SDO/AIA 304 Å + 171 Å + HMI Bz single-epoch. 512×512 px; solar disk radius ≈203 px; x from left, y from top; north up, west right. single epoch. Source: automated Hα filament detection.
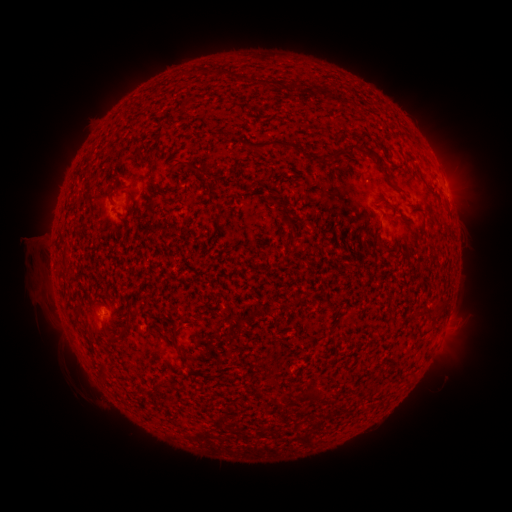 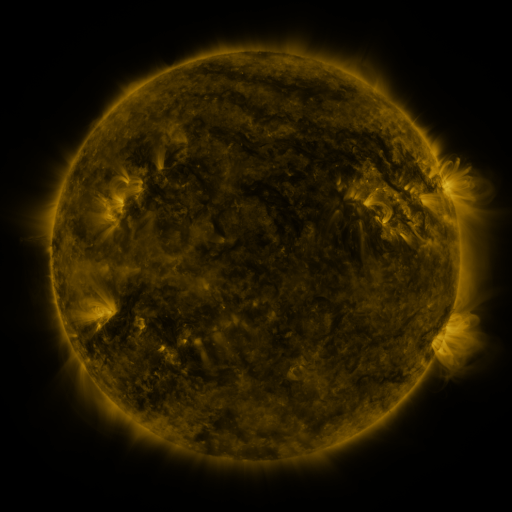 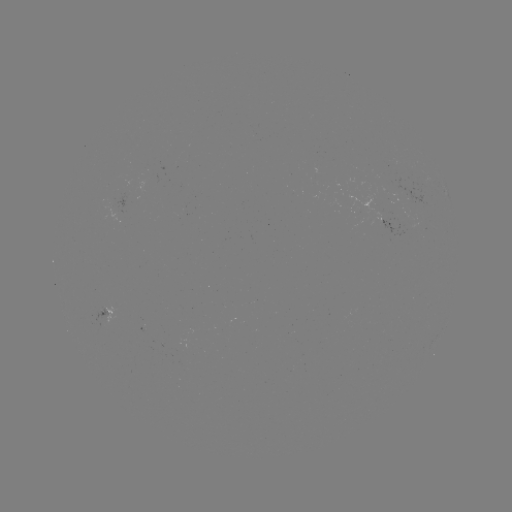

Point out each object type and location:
filament: (184, 104)
filament: (273, 143)
filament: (368, 150)
filament: (338, 154)
filament: (139, 155)
filament: (198, 170)
filament: (132, 198)
filament: (271, 198)
filament: (396, 213)
filament: (289, 219)
filament: (290, 241)
filament: (426, 312)
filament: (126, 328)
filament: (106, 335)
filament: (102, 369)
filament: (319, 396)
